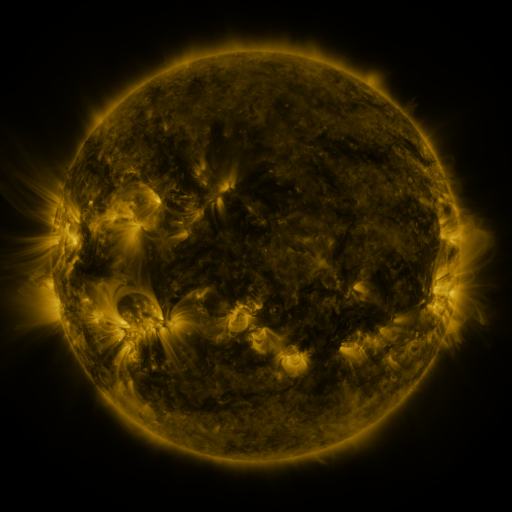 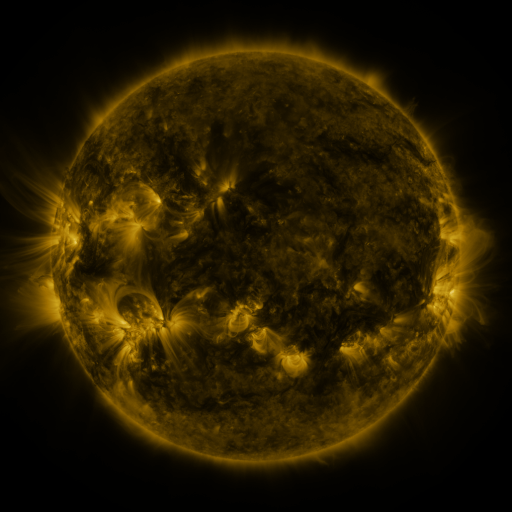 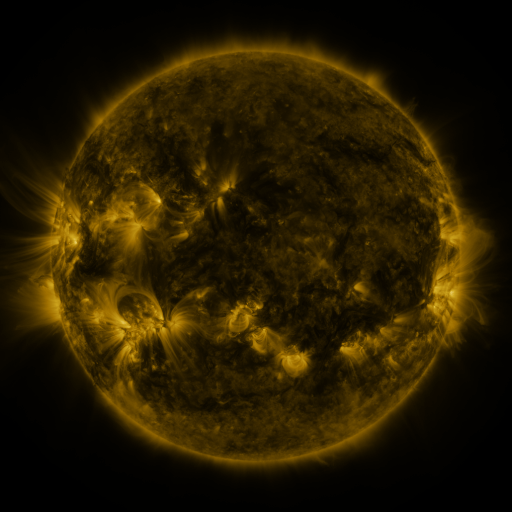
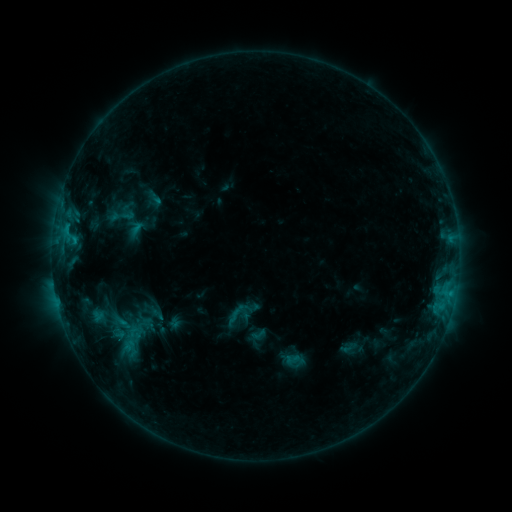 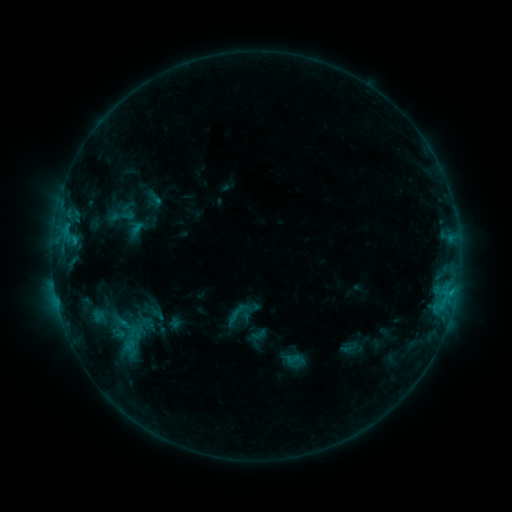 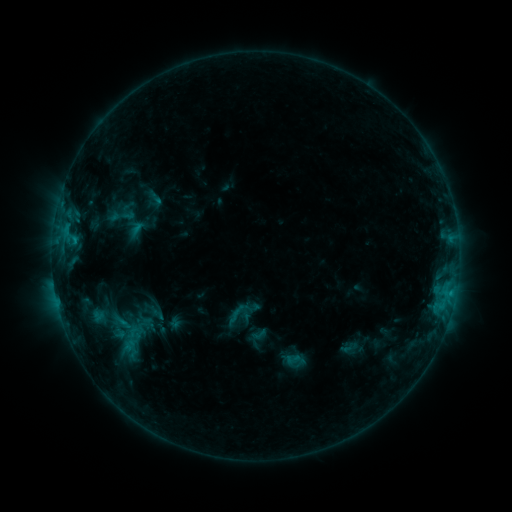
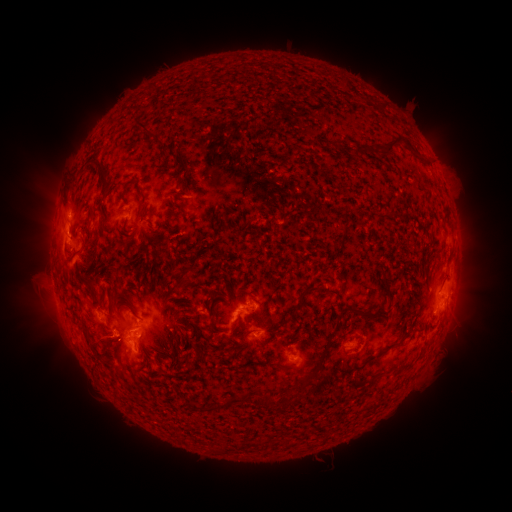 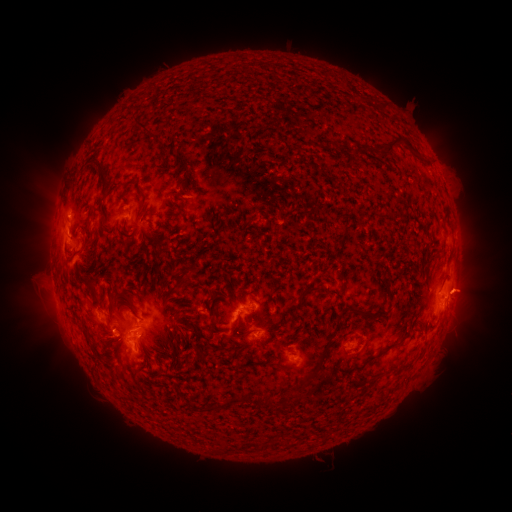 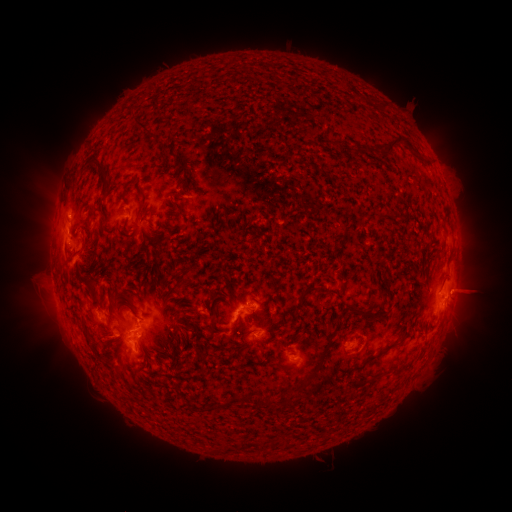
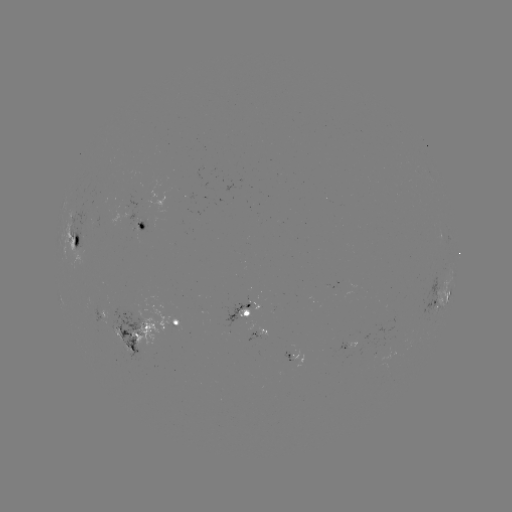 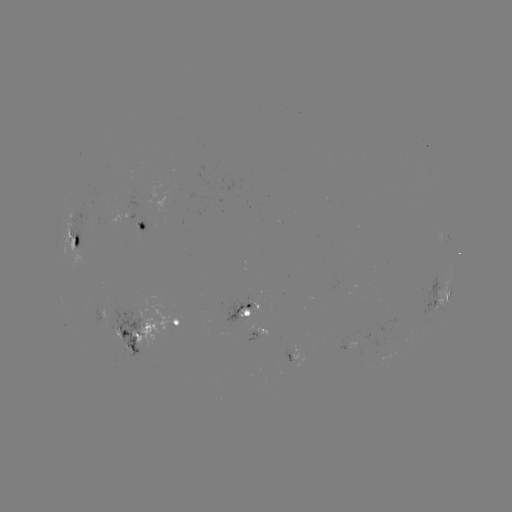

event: eruption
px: (471, 291)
